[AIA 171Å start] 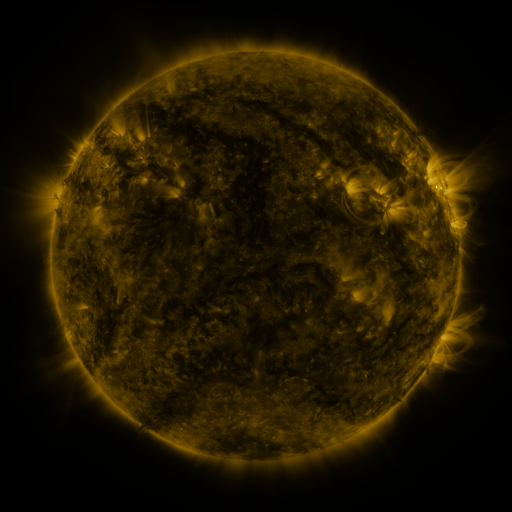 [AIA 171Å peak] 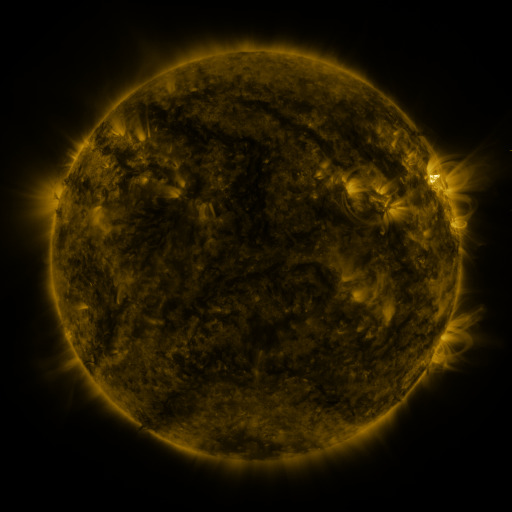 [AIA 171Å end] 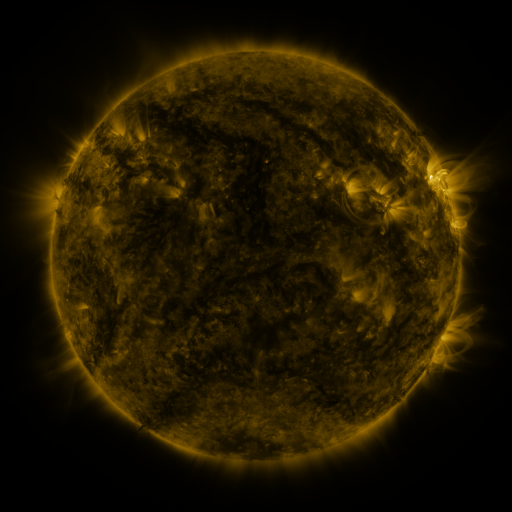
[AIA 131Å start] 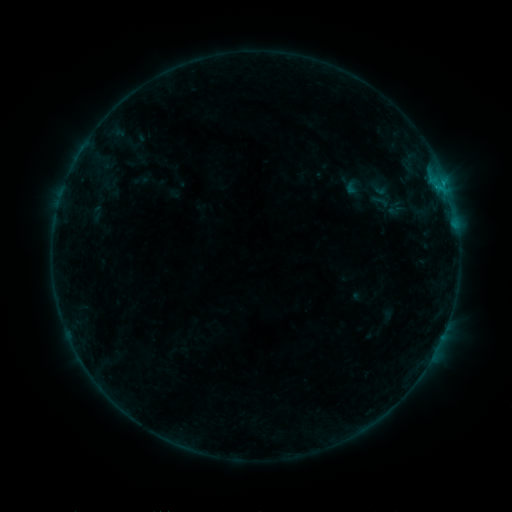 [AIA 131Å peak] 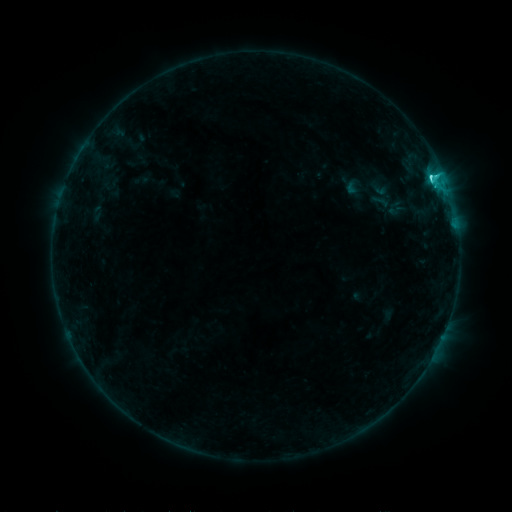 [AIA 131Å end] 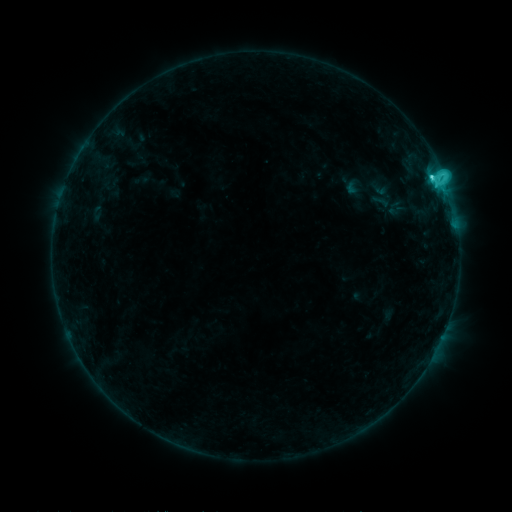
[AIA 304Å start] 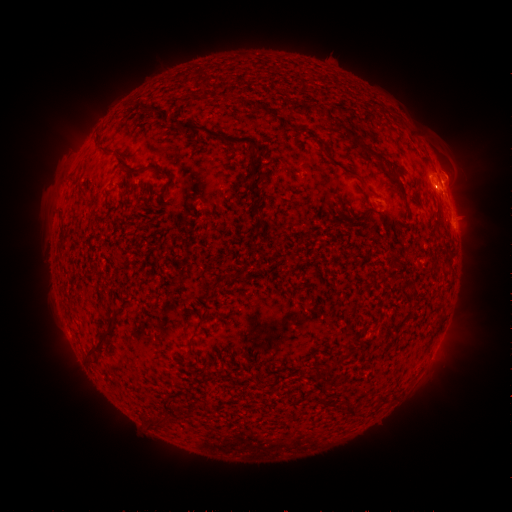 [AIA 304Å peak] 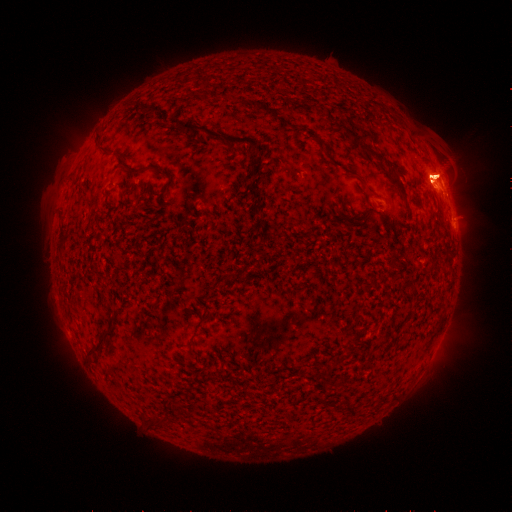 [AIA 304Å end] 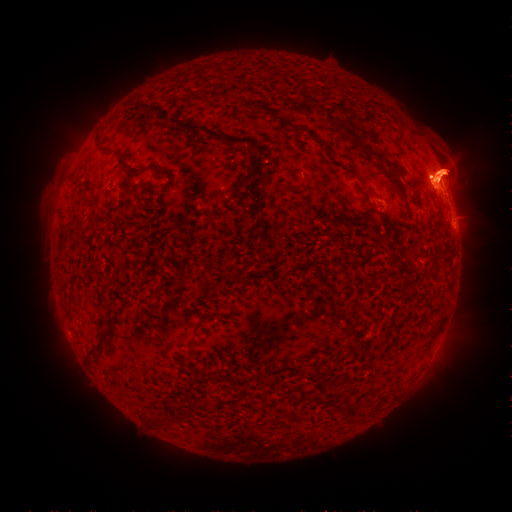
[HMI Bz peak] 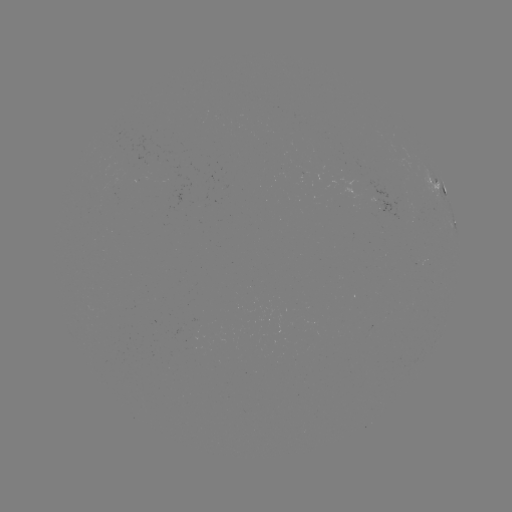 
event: eruption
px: (63, 166)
